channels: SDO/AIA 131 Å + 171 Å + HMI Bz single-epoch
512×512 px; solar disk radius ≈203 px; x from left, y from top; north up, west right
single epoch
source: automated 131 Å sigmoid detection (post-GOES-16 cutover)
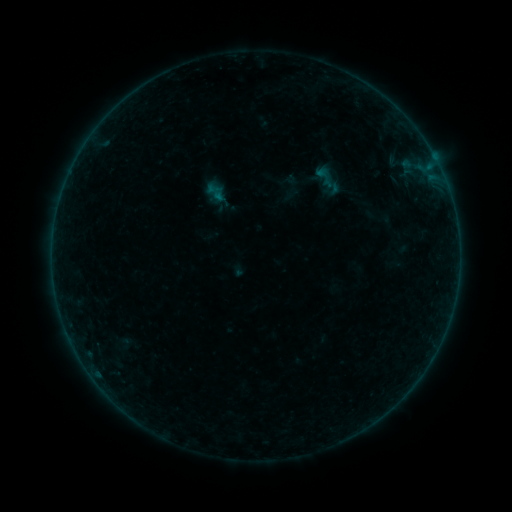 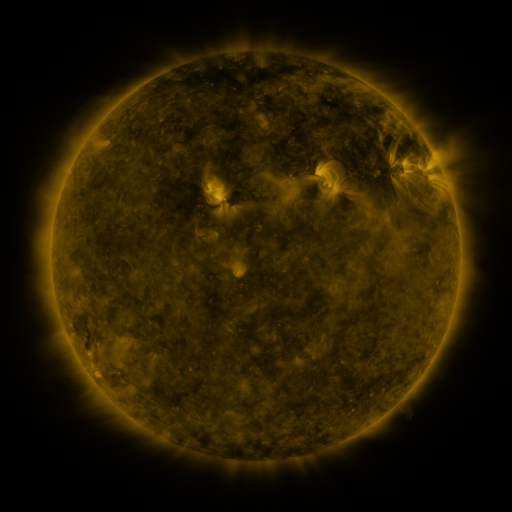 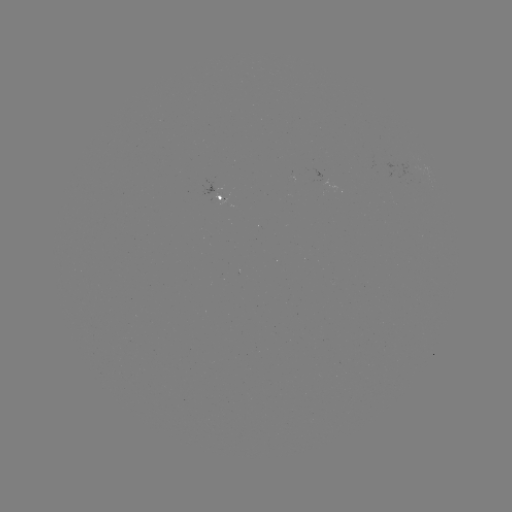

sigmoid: (307, 164, 344, 191)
